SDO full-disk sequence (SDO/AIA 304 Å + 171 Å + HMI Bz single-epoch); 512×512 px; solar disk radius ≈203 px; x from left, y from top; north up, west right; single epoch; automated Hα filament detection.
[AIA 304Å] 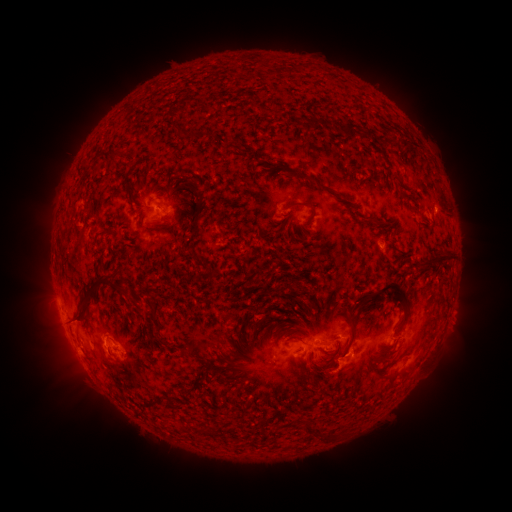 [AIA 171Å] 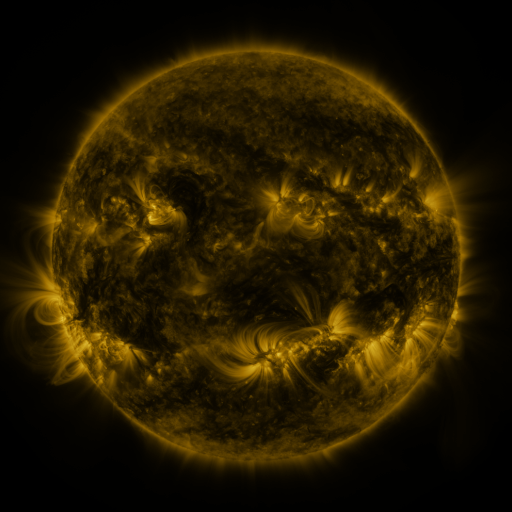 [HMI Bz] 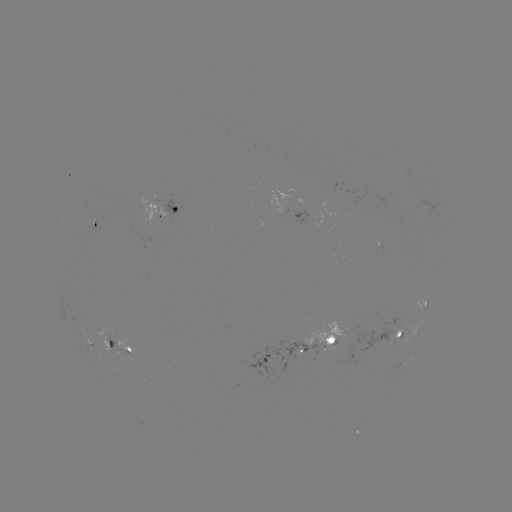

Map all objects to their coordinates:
filament: (288, 71)
filament: (269, 73)
filament: (265, 110)
filament: (173, 113)
filament: (175, 129)
filament: (349, 129)
filament: (188, 135)
filament: (242, 151)
filament: (113, 158)
filament: (128, 158)
filament: (301, 176)
filament: (401, 182)
filament: (199, 202)
filament: (301, 204)
filament: (156, 230)
filament: (436, 258)
filament: (214, 276)
filament: (118, 285)
filament: (393, 289)
filament: (89, 298)
filament: (155, 320)
filament: (257, 322)
filament: (353, 332)
filament: (292, 337)
filament: (201, 346)
filament: (246, 349)
filament: (390, 353)
filament: (310, 427)
filament: (211, 431)
filament: (330, 436)
